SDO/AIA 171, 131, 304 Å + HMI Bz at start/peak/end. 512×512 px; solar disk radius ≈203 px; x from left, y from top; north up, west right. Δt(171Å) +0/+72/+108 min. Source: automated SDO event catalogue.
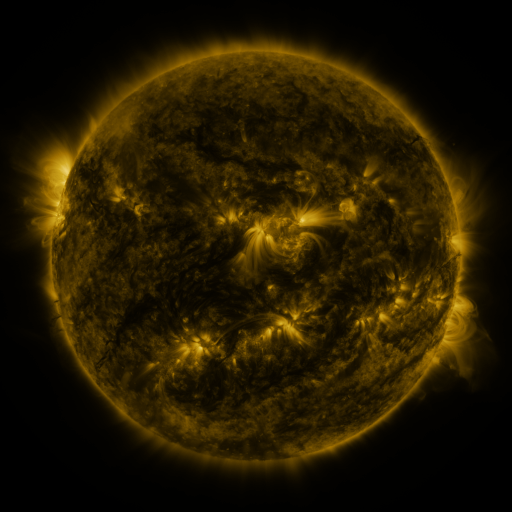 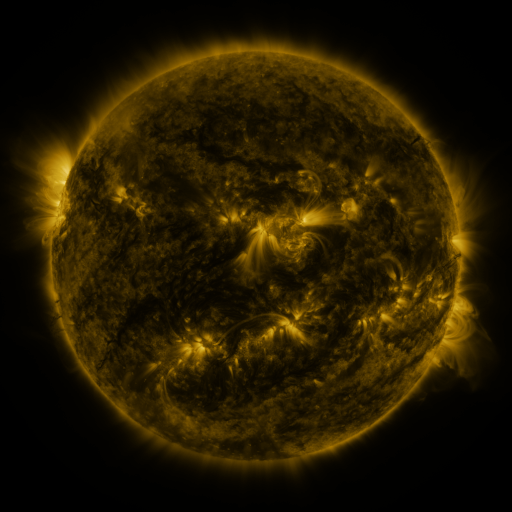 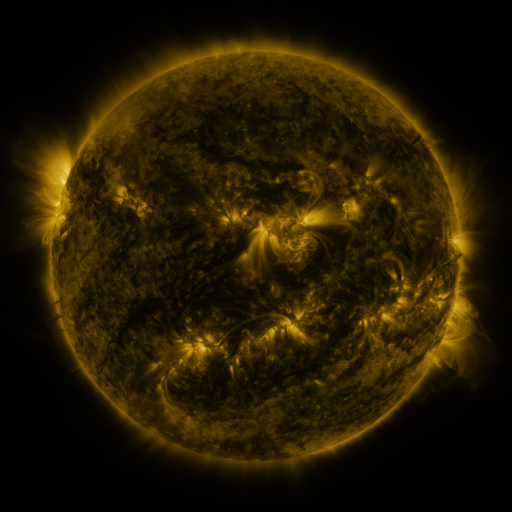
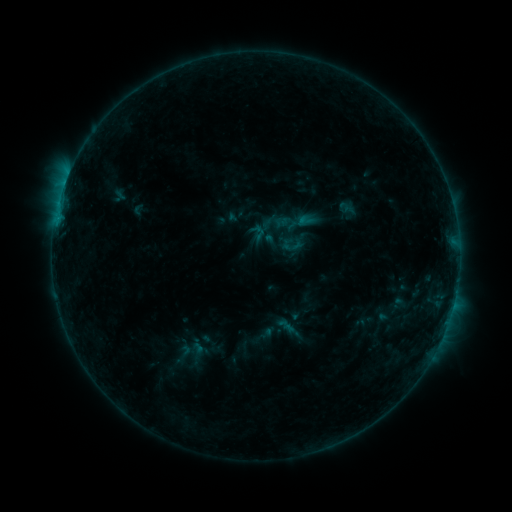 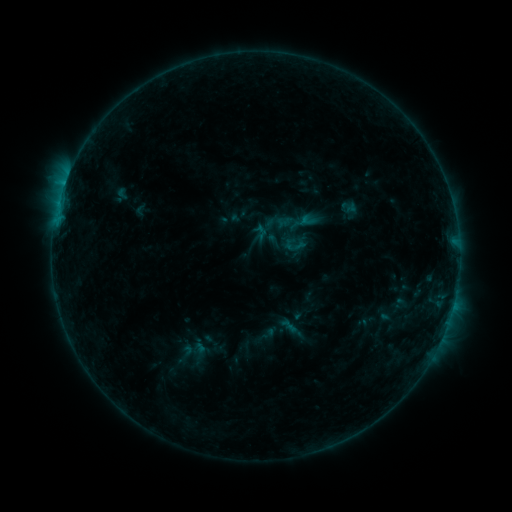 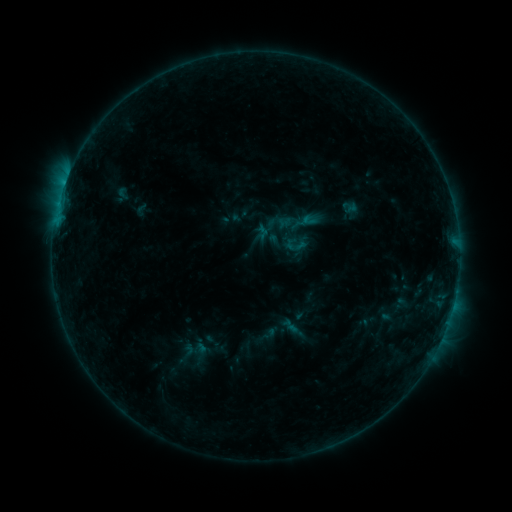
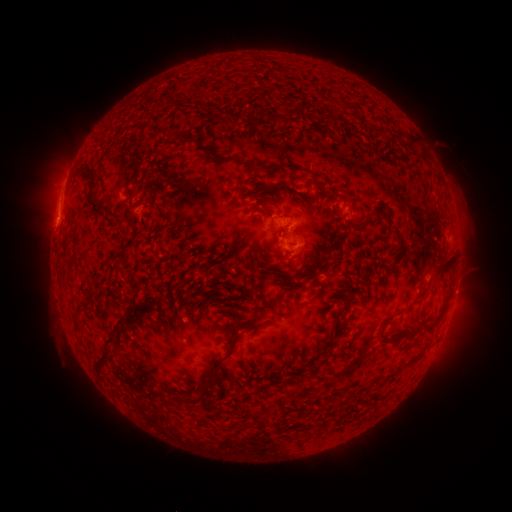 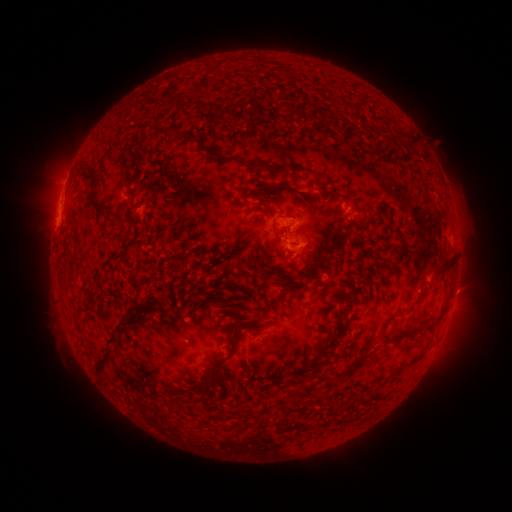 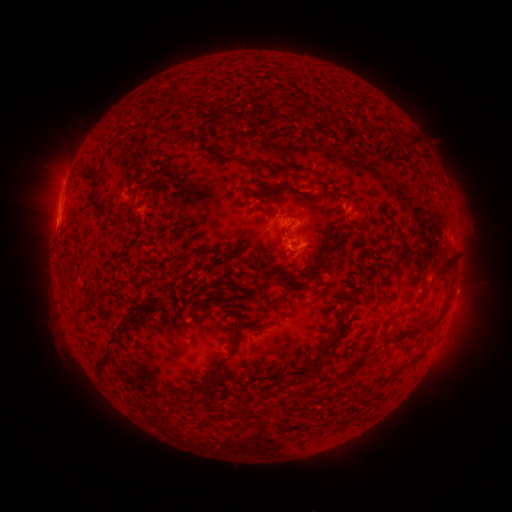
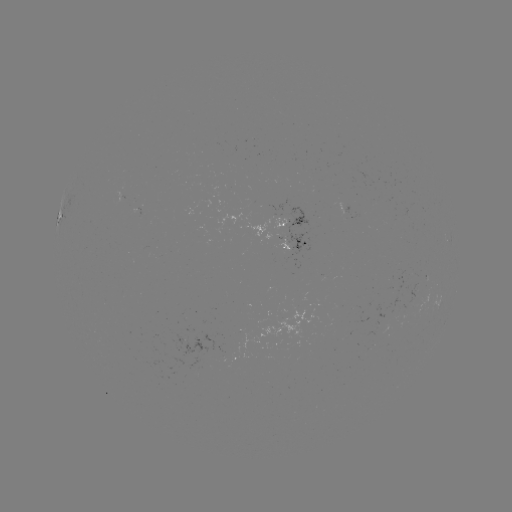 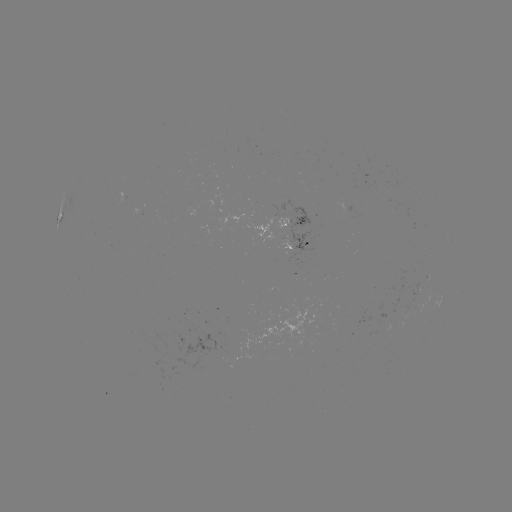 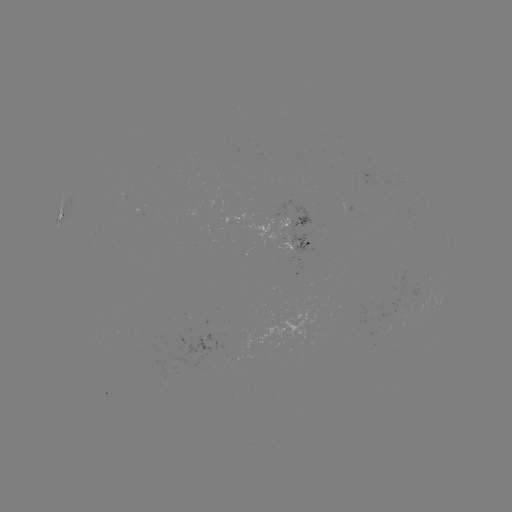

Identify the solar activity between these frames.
emerging-flux region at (351, 211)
